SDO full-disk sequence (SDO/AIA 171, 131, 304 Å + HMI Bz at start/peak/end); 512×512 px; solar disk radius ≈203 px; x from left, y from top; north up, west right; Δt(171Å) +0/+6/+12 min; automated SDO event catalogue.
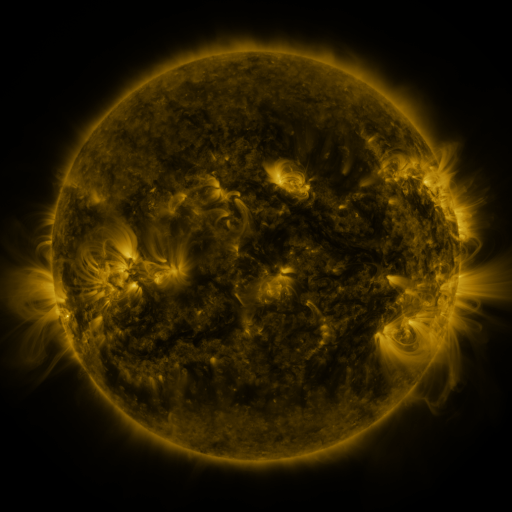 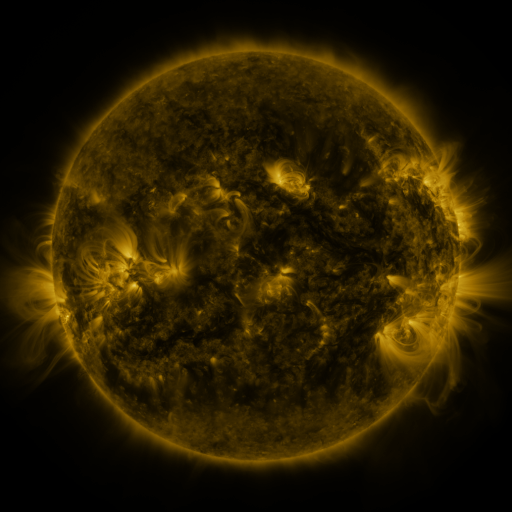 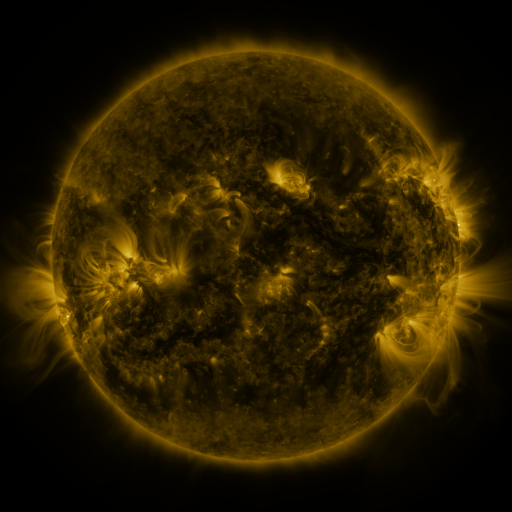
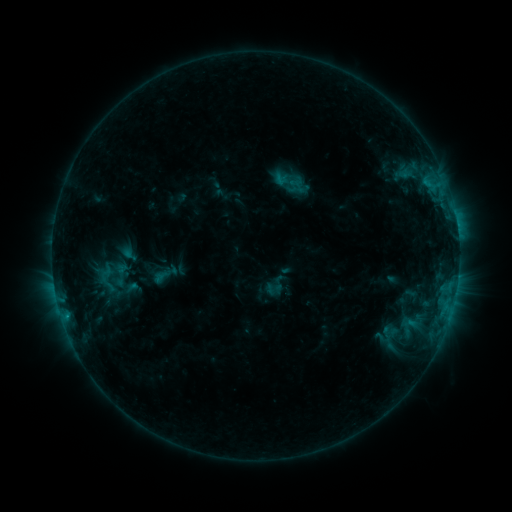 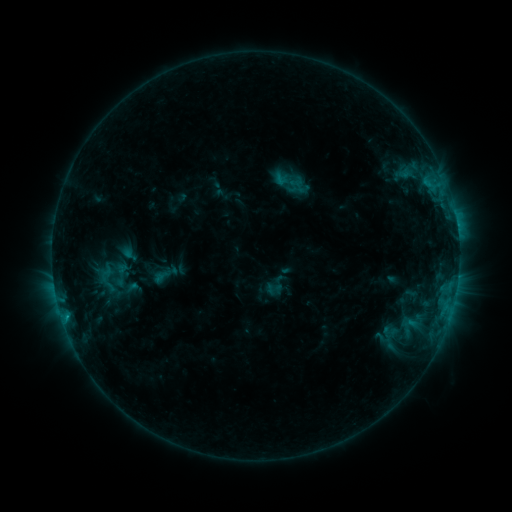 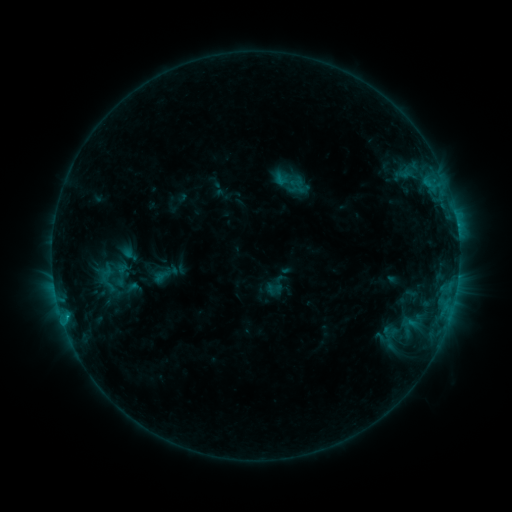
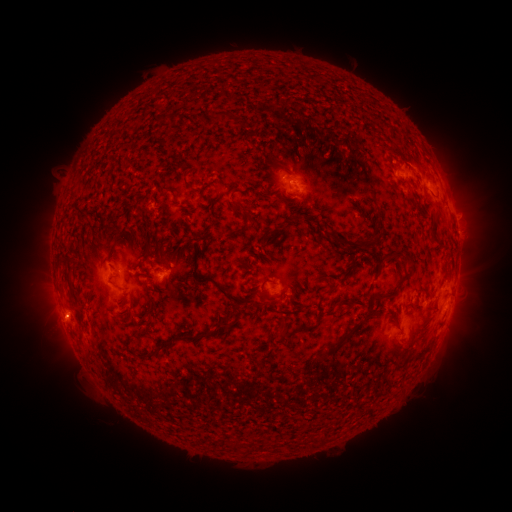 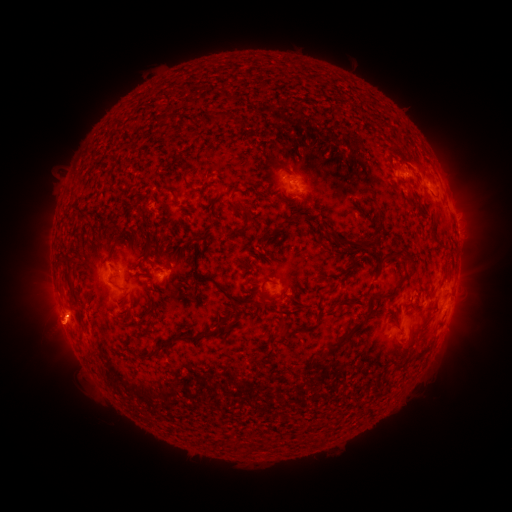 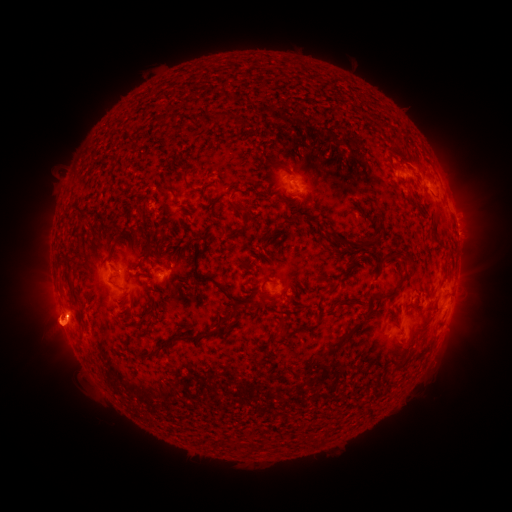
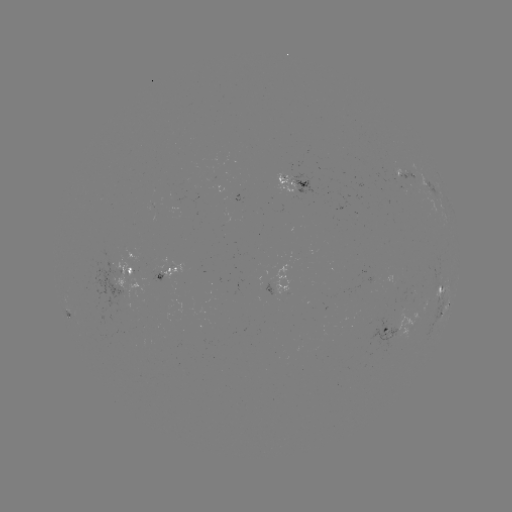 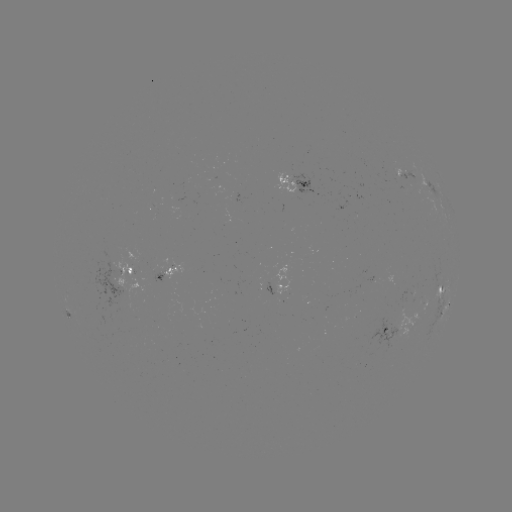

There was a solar eruption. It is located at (55, 331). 